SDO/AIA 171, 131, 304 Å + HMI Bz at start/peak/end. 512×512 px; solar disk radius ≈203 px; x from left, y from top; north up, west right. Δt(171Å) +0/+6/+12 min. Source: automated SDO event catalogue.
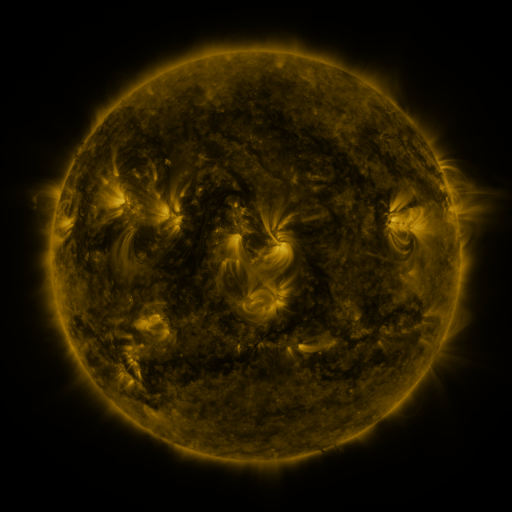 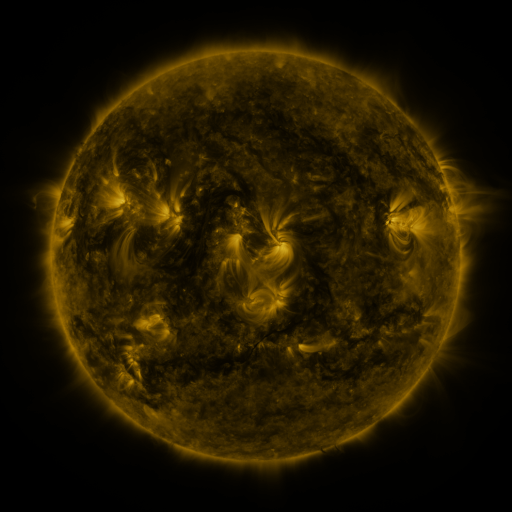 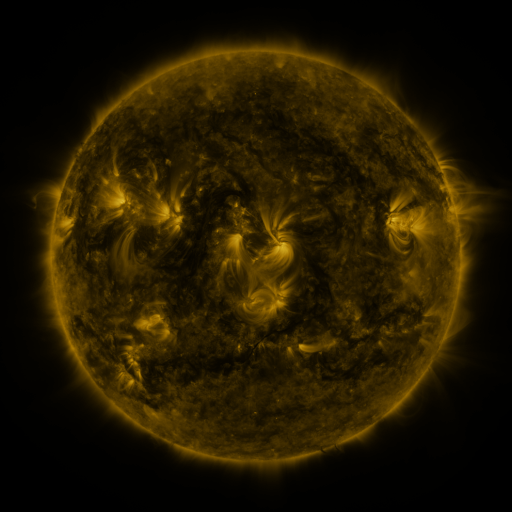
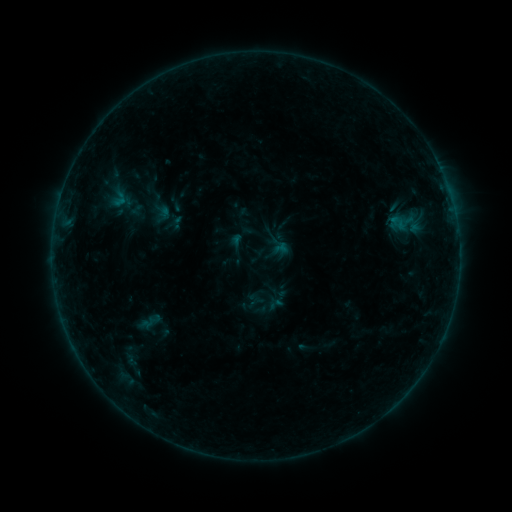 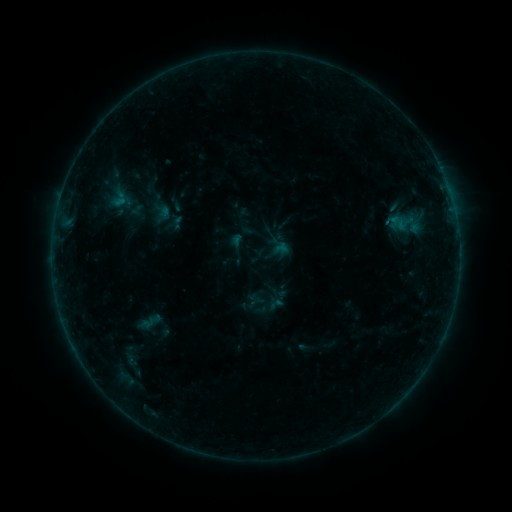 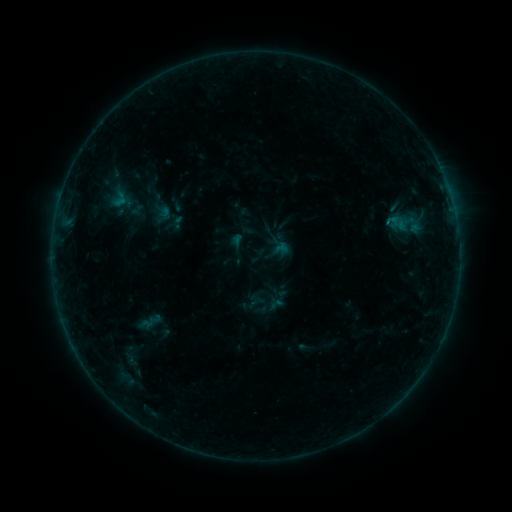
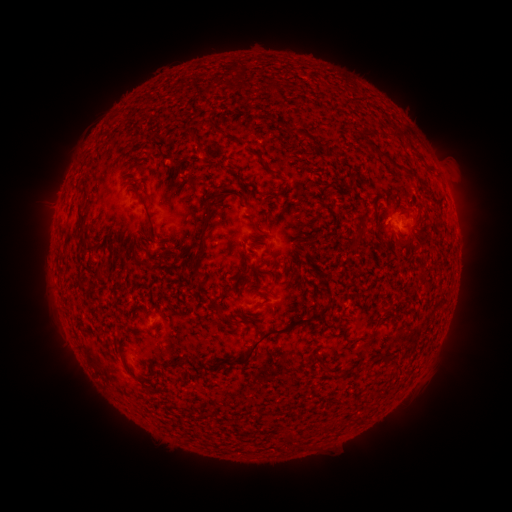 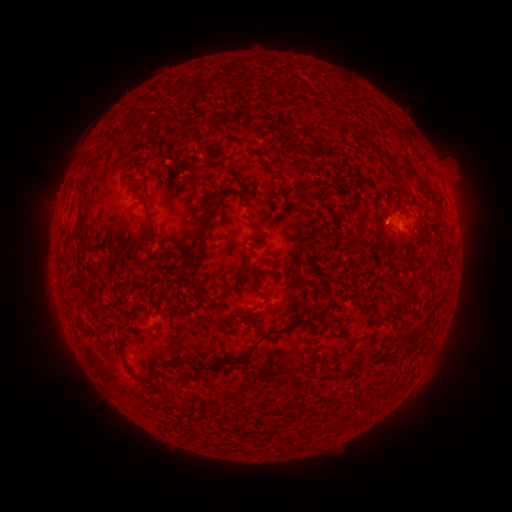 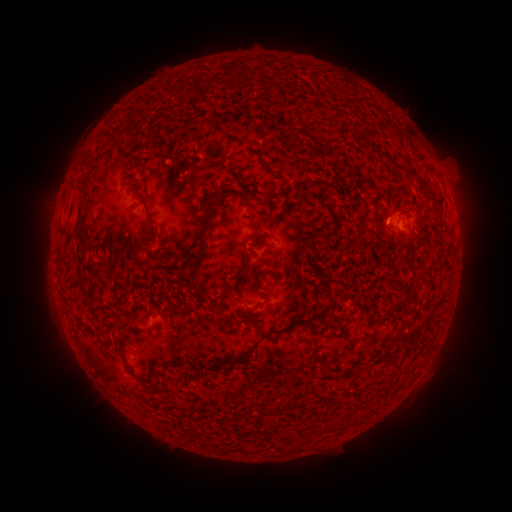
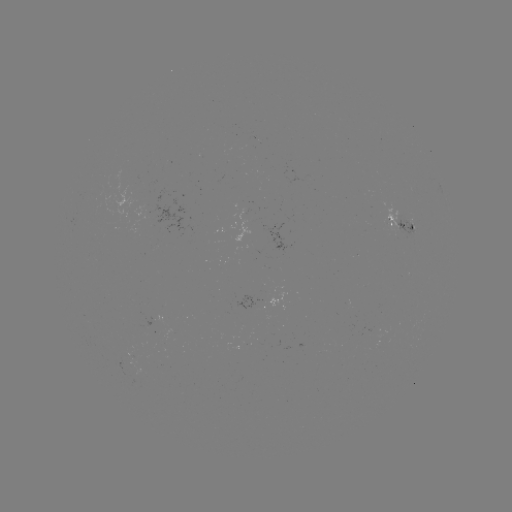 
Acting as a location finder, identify B2.7 flare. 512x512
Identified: [387, 221].